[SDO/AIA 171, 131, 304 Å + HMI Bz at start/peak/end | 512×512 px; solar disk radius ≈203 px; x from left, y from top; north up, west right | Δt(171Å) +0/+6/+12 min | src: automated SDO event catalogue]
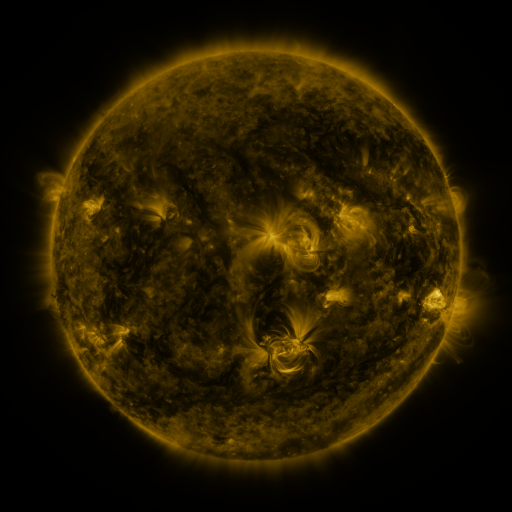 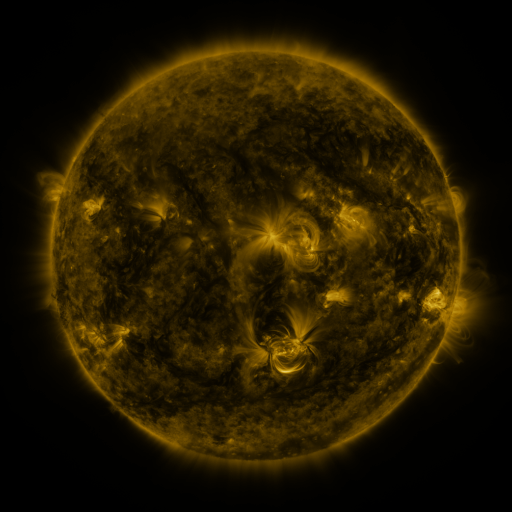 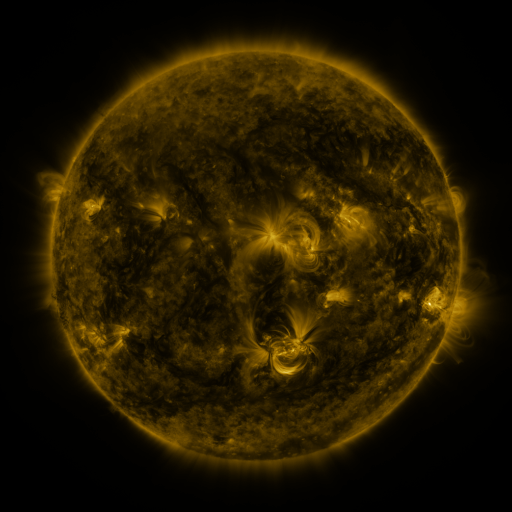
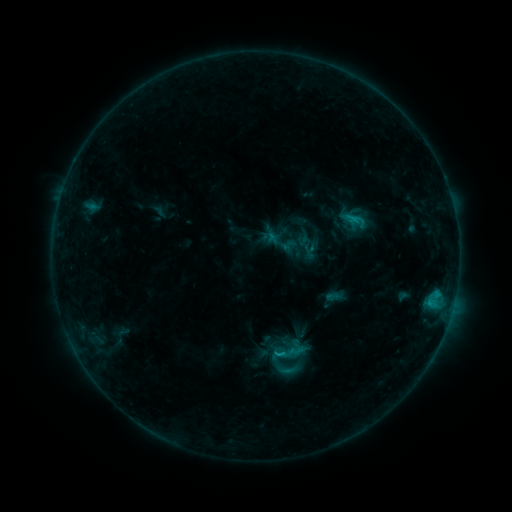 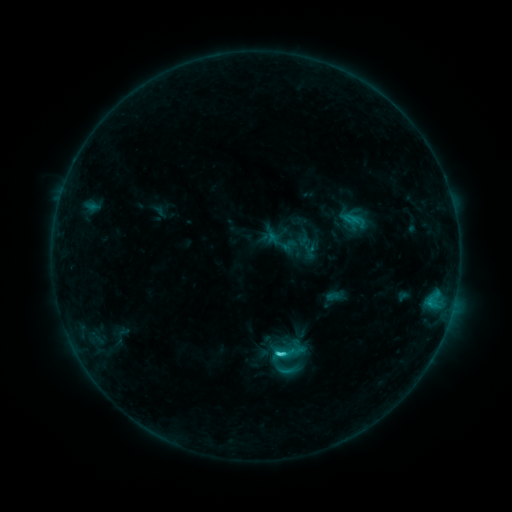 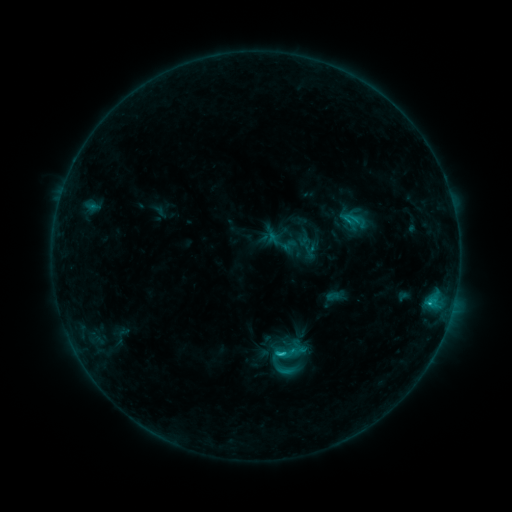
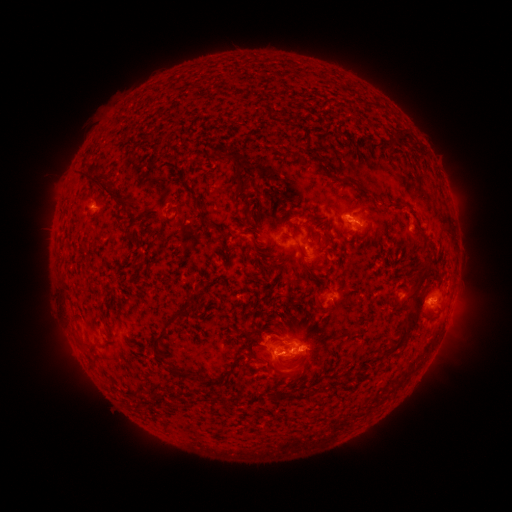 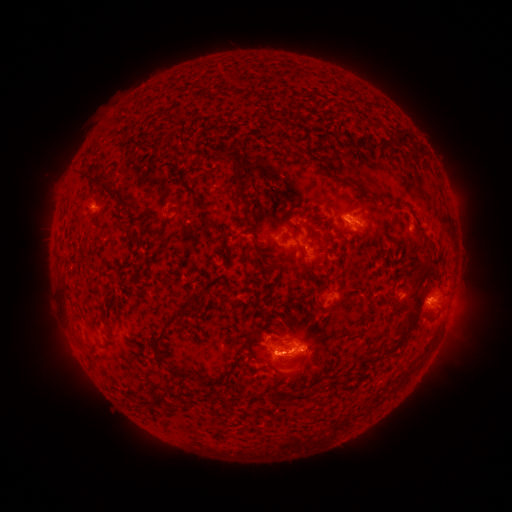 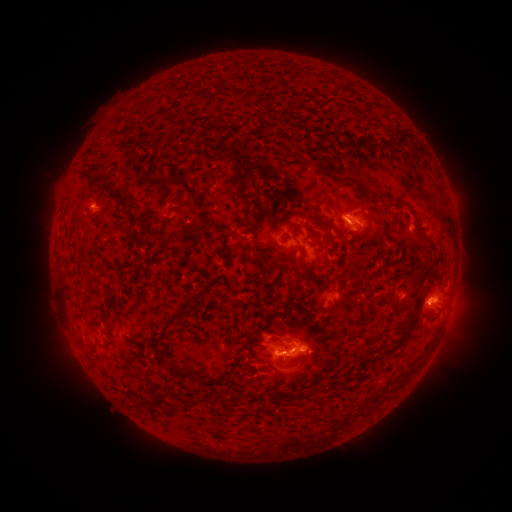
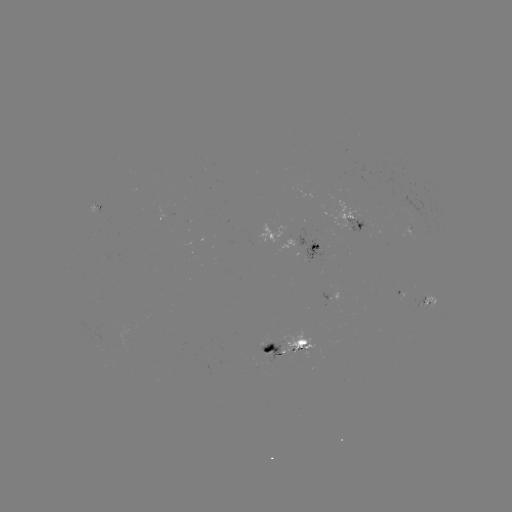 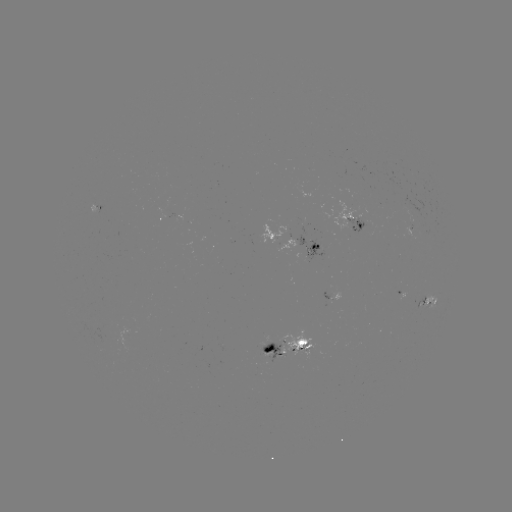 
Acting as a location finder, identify C2.2 flare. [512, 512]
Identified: (275, 351).